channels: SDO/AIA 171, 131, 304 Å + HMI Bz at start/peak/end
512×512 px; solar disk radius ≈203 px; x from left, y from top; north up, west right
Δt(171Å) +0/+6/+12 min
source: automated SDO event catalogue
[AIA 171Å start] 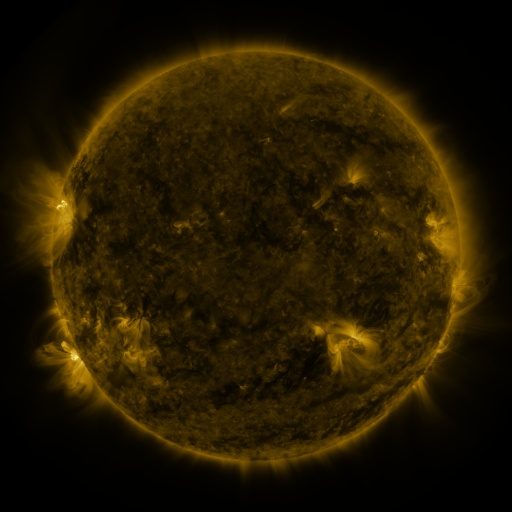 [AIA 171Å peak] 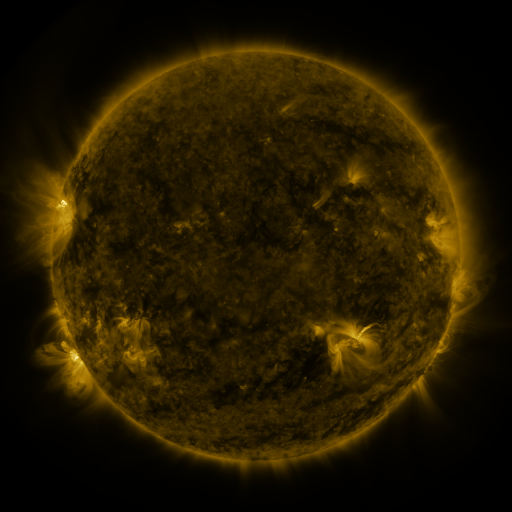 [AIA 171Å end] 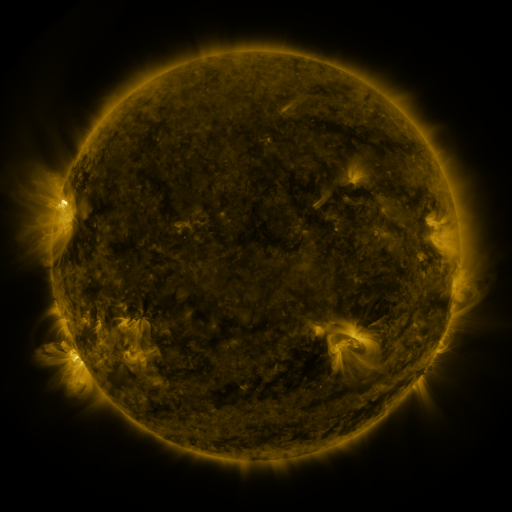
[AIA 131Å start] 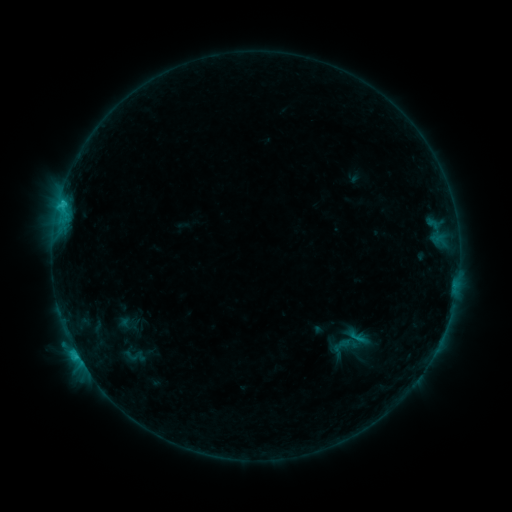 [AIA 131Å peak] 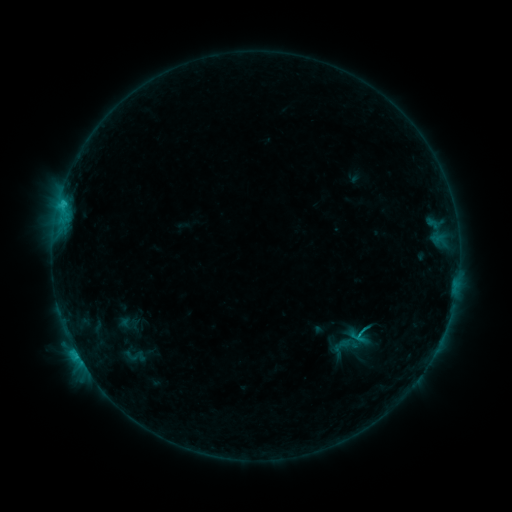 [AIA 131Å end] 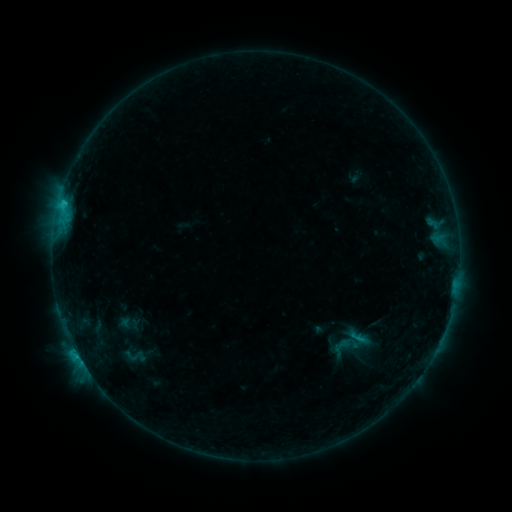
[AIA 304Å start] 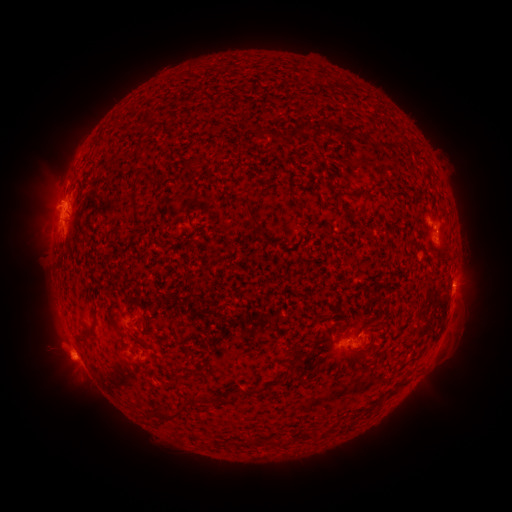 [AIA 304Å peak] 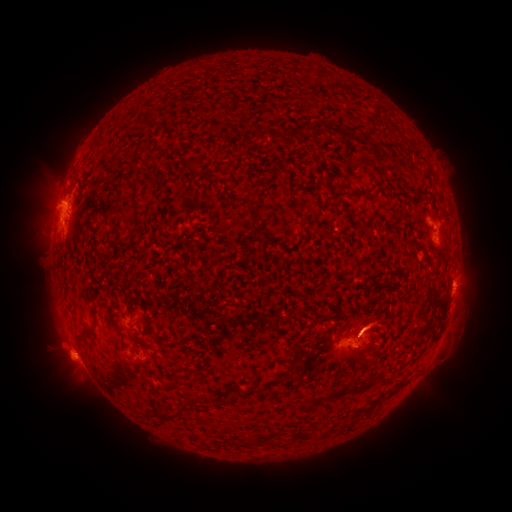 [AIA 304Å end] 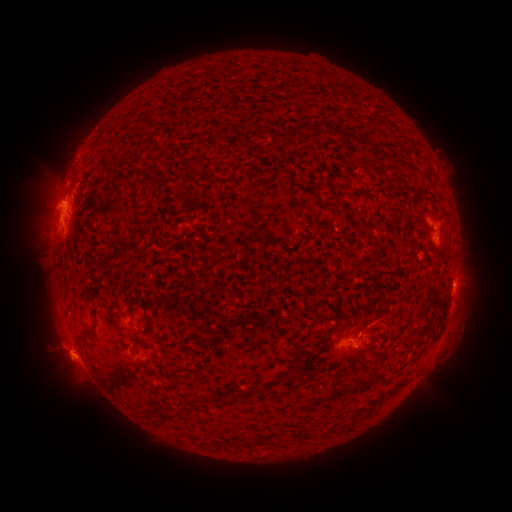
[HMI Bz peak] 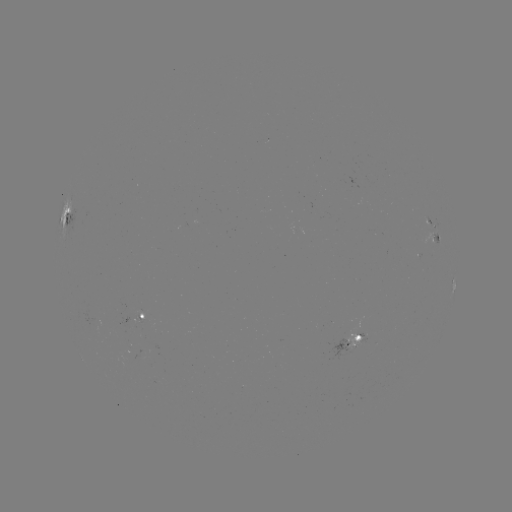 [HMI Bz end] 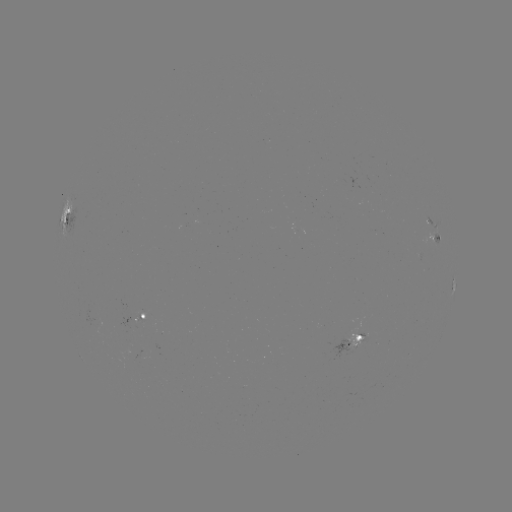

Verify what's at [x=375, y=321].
eruption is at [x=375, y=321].